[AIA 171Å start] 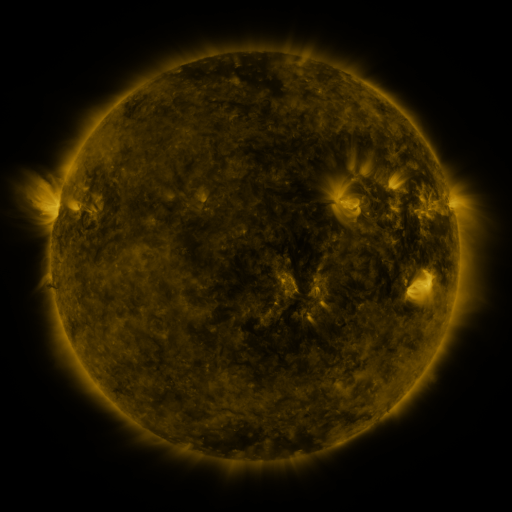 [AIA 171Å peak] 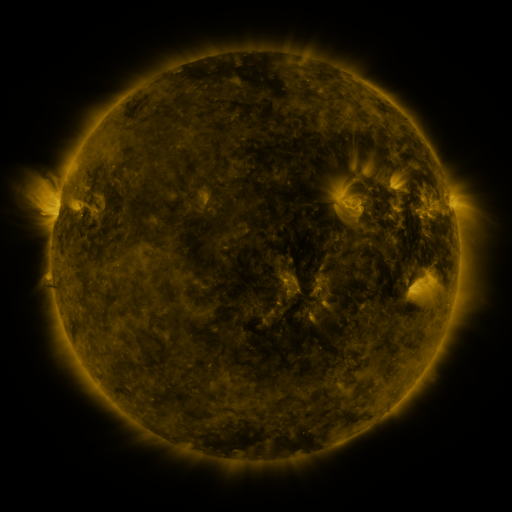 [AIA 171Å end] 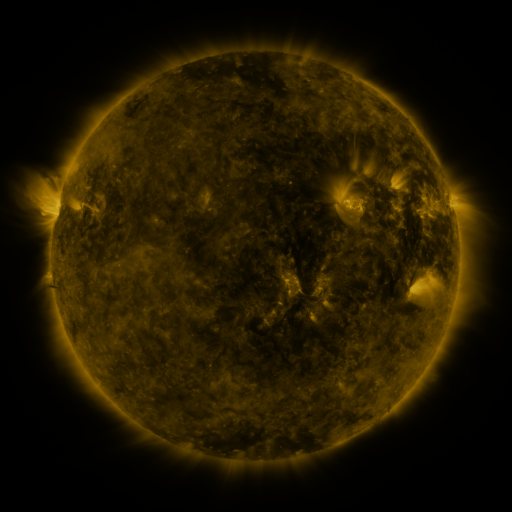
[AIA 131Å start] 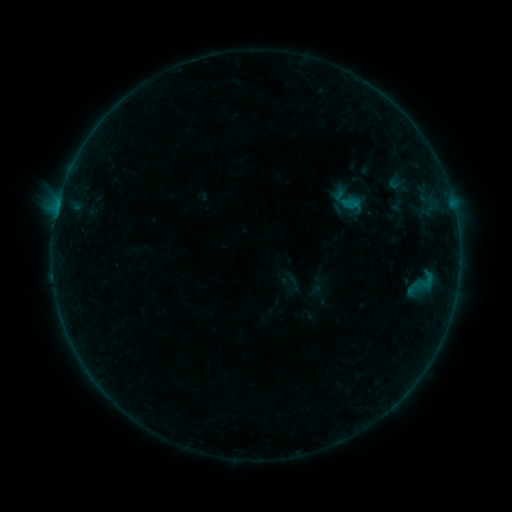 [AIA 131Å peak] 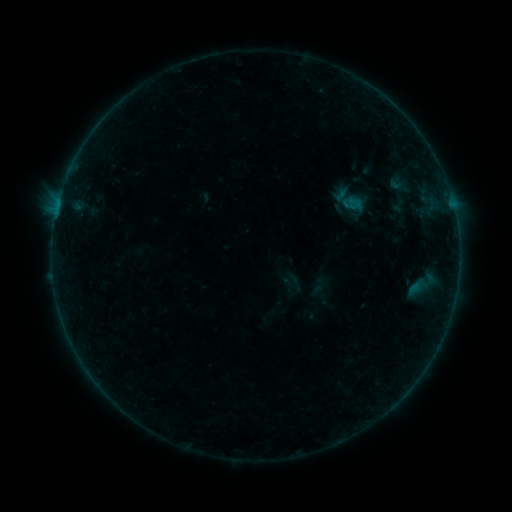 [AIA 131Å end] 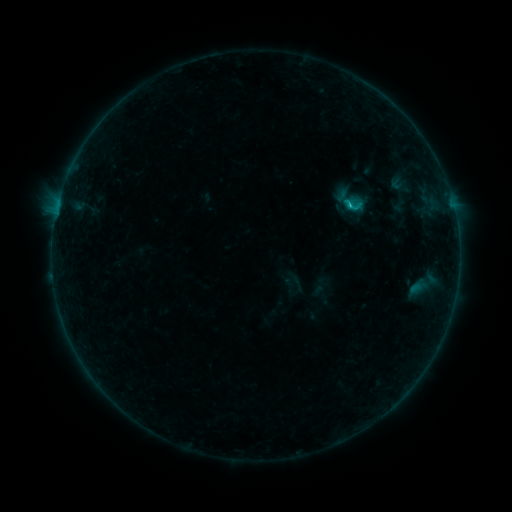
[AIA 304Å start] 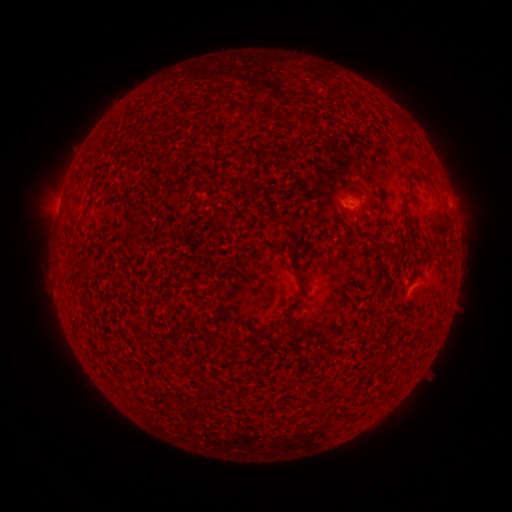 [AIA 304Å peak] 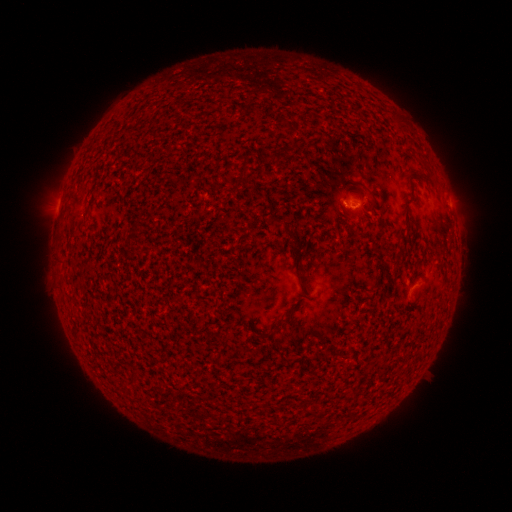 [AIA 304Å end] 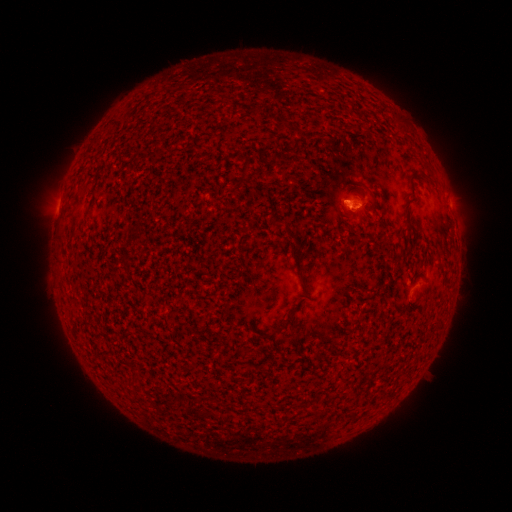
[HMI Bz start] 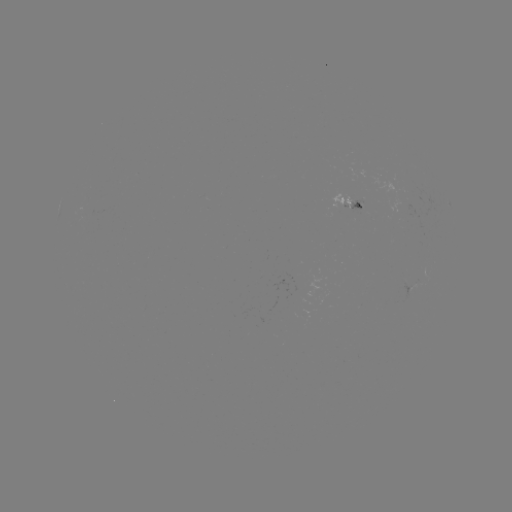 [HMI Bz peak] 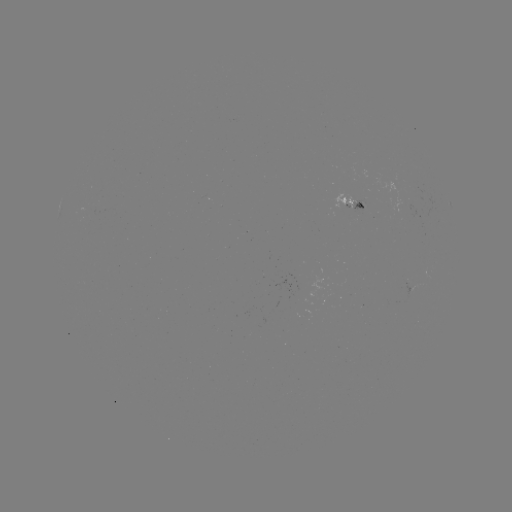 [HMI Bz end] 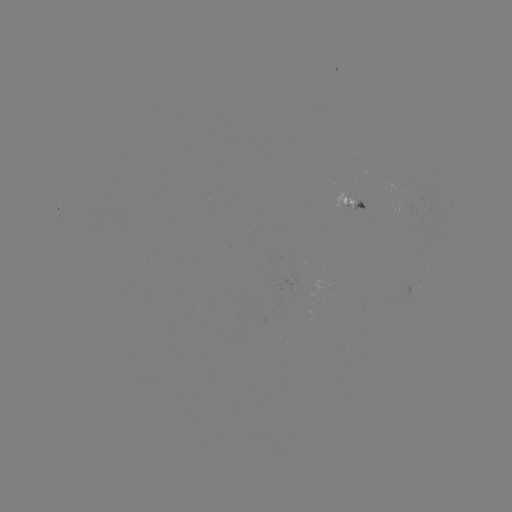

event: emerging-flux region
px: (361, 205)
